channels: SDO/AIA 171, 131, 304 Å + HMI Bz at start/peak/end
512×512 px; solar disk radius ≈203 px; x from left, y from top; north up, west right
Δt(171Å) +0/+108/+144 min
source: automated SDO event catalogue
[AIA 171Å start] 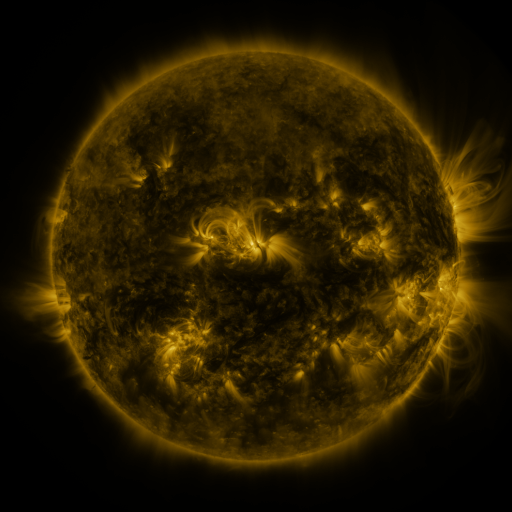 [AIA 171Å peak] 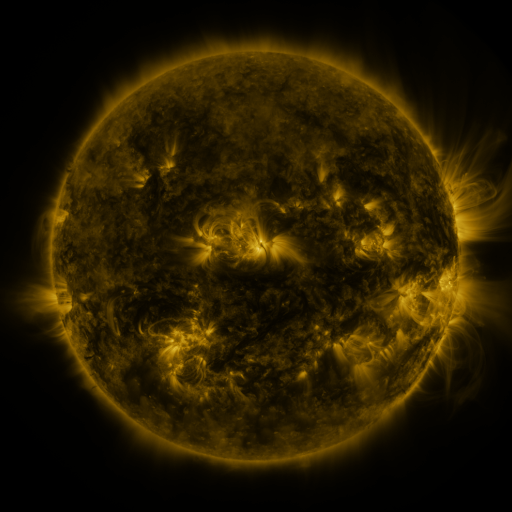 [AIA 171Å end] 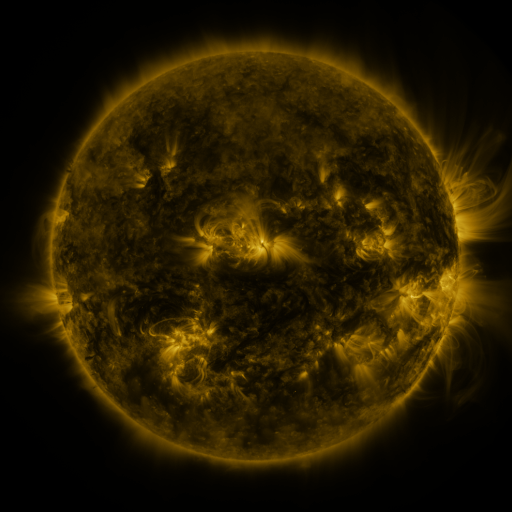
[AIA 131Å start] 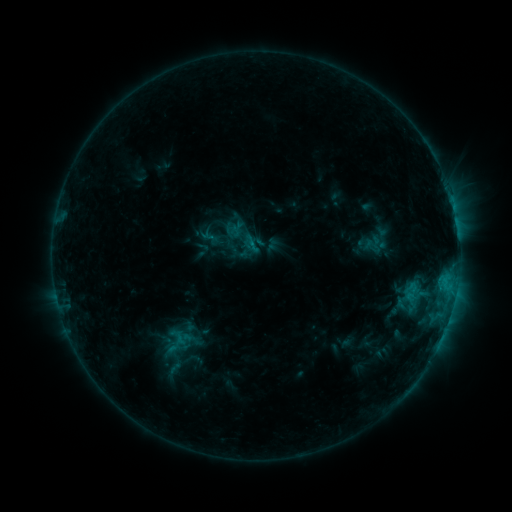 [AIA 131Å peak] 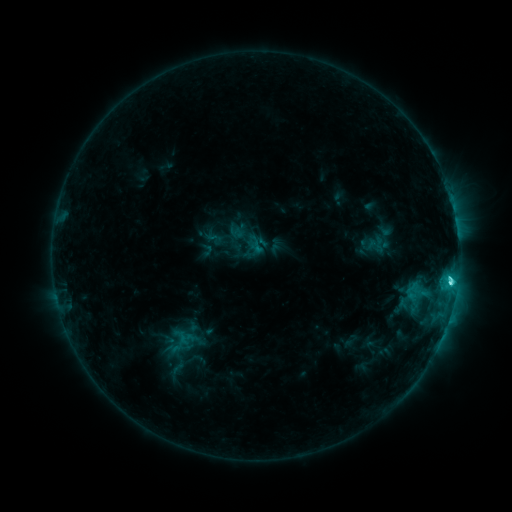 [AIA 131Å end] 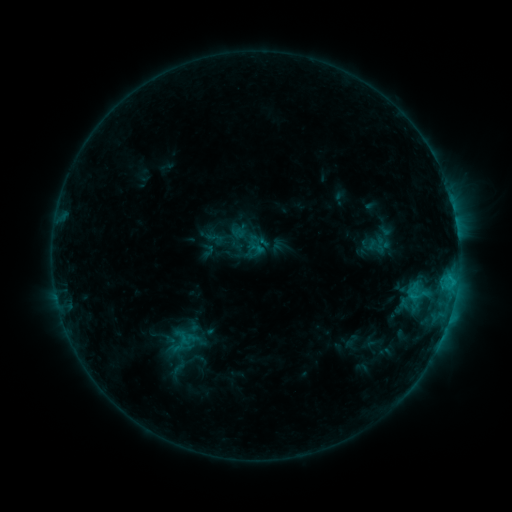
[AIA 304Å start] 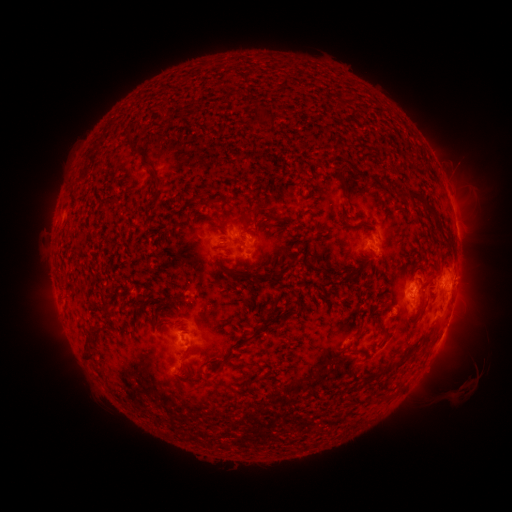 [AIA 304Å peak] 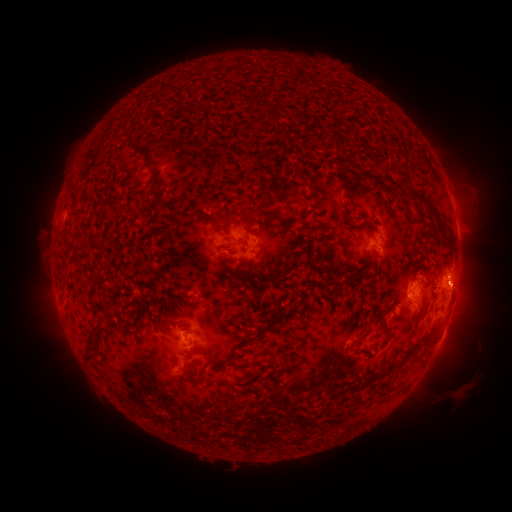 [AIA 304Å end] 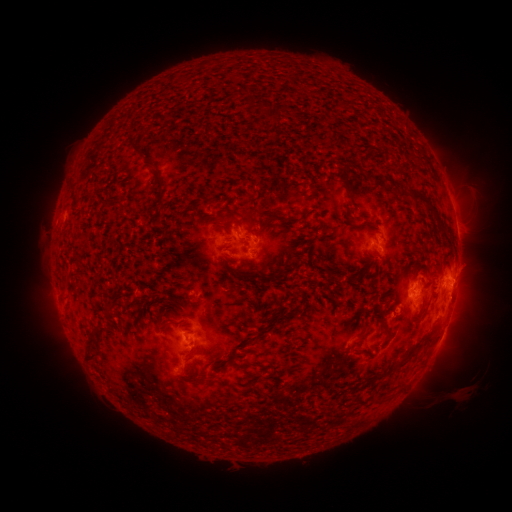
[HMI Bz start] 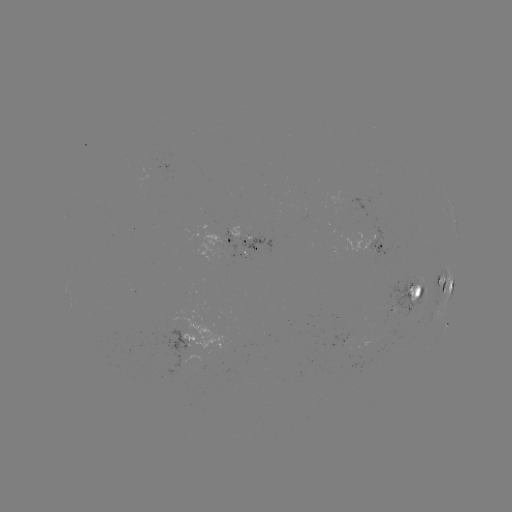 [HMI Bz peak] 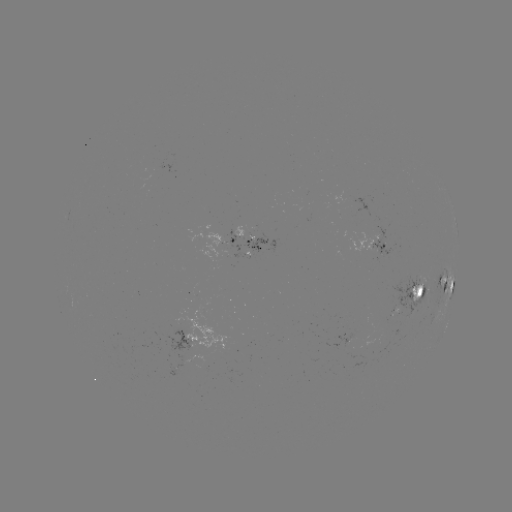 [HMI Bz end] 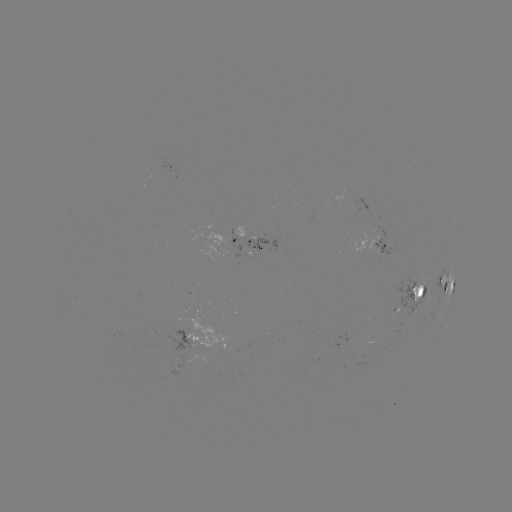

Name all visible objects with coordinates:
emerging-flux region: (405, 300)
